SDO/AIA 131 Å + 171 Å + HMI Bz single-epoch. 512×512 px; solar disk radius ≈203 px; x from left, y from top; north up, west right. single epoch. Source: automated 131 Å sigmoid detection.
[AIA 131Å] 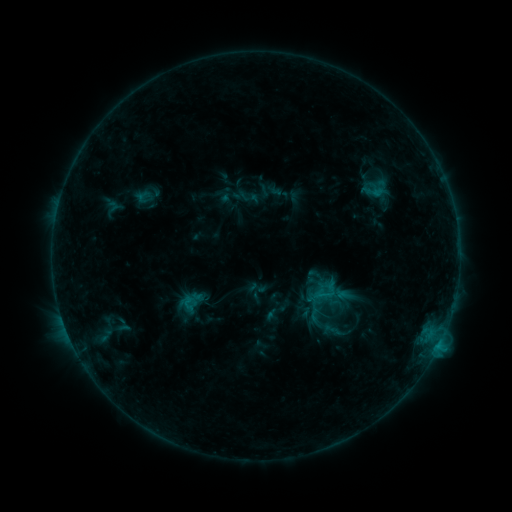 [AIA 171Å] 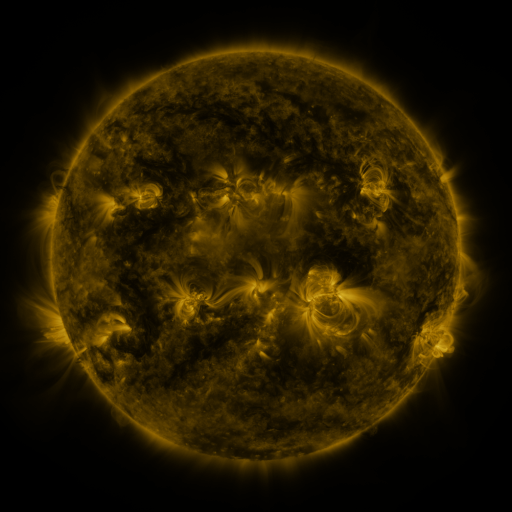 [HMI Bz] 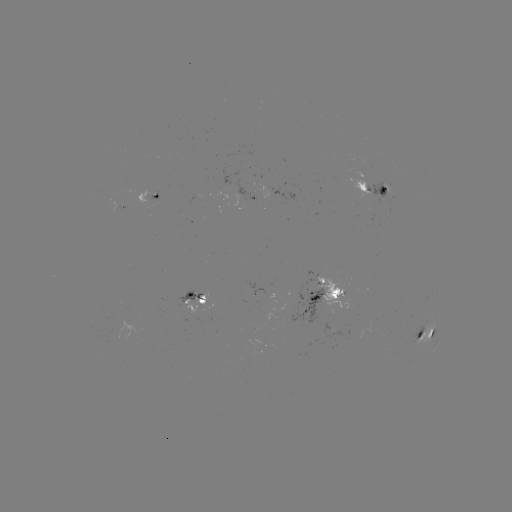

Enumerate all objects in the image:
sigmoid: [135, 188, 151, 205]
sigmoid: [175, 287, 208, 315]
